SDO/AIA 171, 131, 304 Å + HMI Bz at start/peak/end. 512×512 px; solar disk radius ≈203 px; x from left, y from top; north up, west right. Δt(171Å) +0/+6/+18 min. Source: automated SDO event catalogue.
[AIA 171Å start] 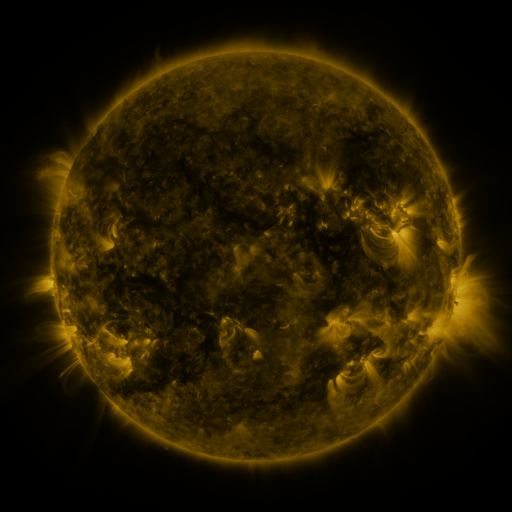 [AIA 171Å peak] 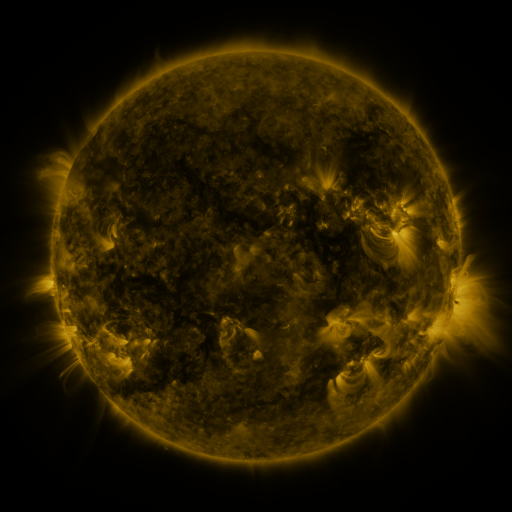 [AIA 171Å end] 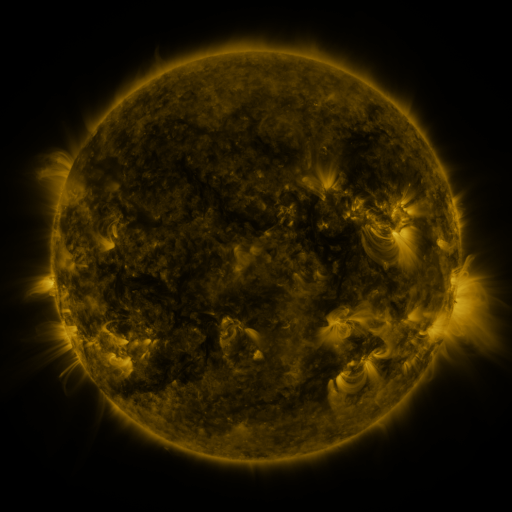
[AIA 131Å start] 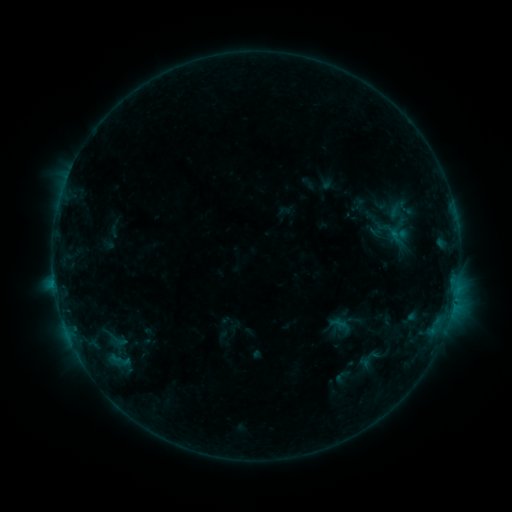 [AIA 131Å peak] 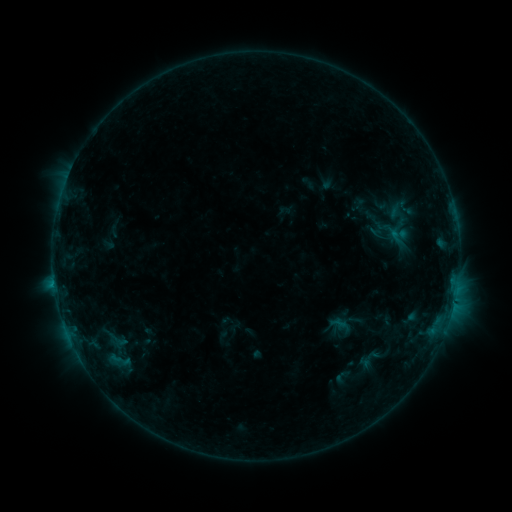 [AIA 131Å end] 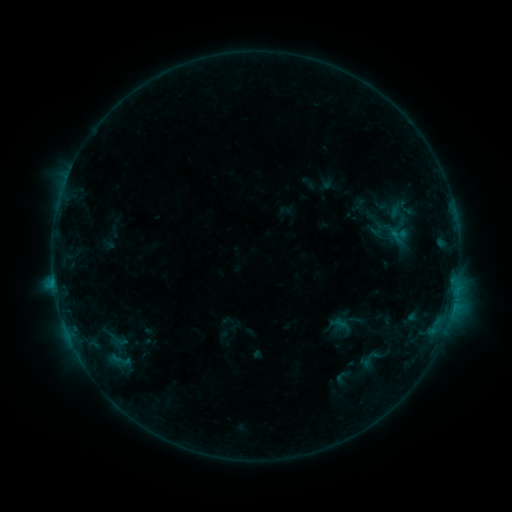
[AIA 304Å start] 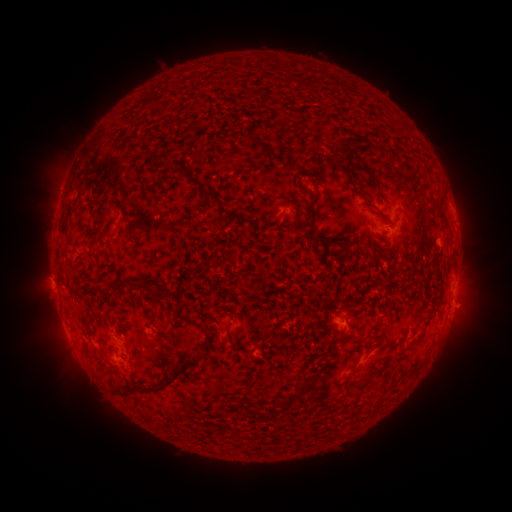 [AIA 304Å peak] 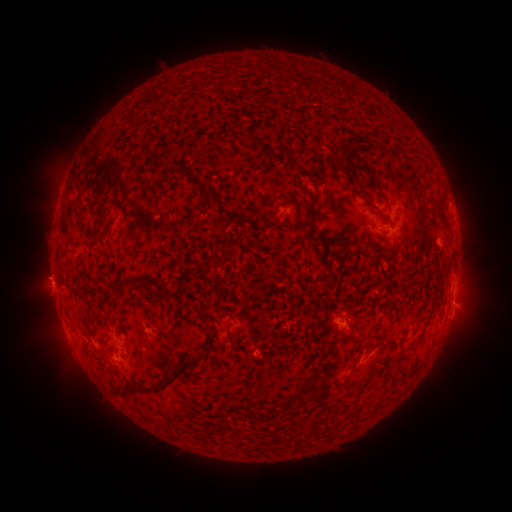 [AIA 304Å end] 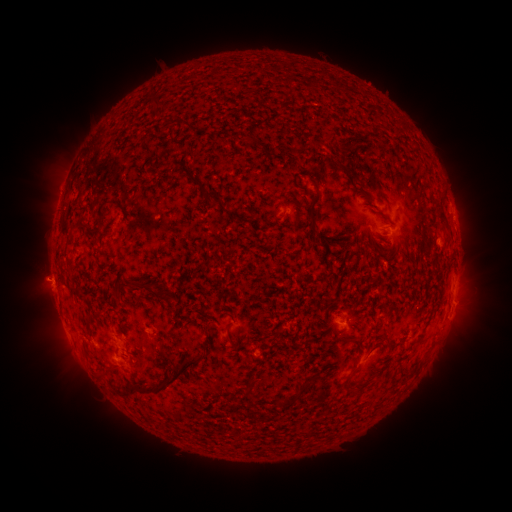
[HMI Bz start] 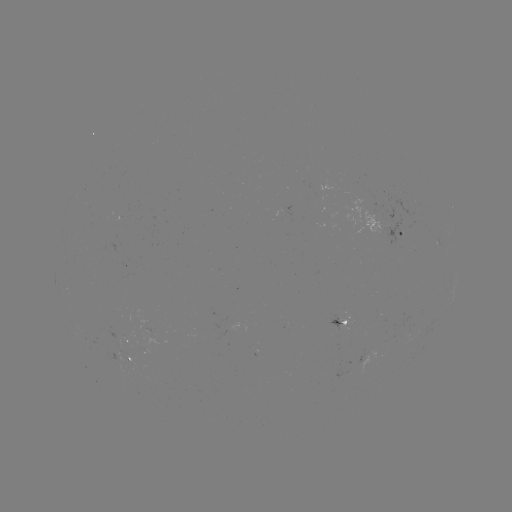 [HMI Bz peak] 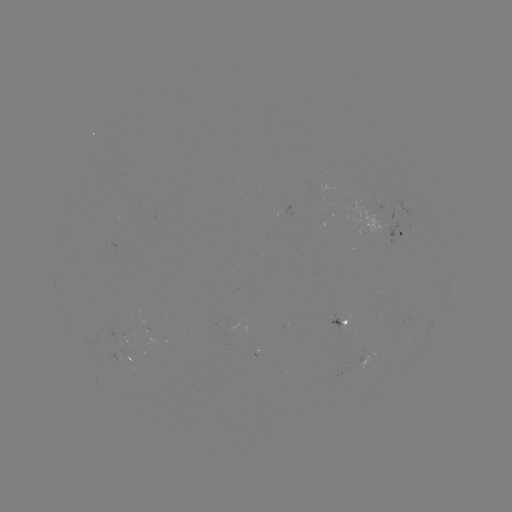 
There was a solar flare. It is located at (54, 284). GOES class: B4.5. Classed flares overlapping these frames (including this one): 1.